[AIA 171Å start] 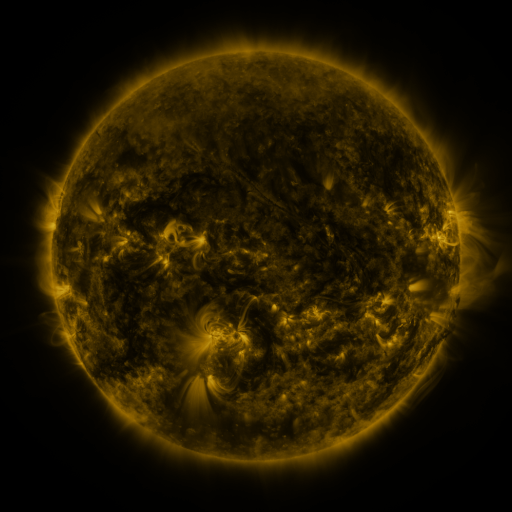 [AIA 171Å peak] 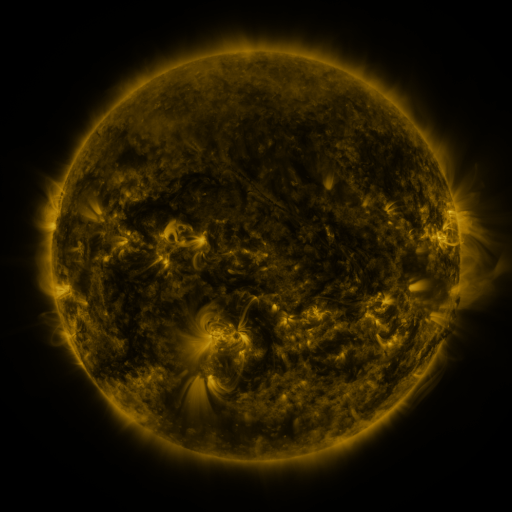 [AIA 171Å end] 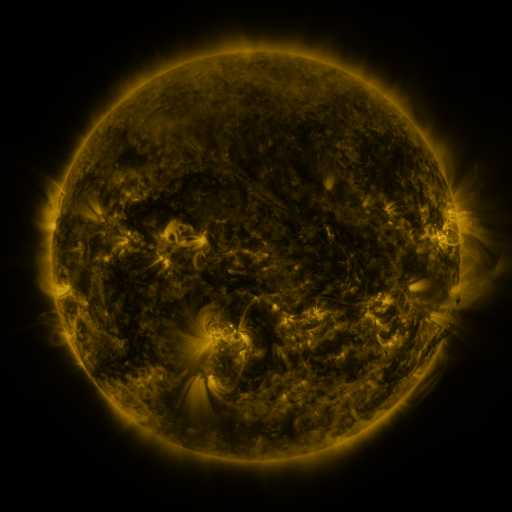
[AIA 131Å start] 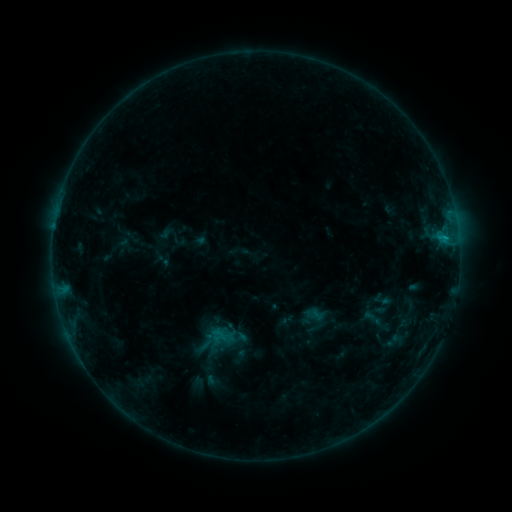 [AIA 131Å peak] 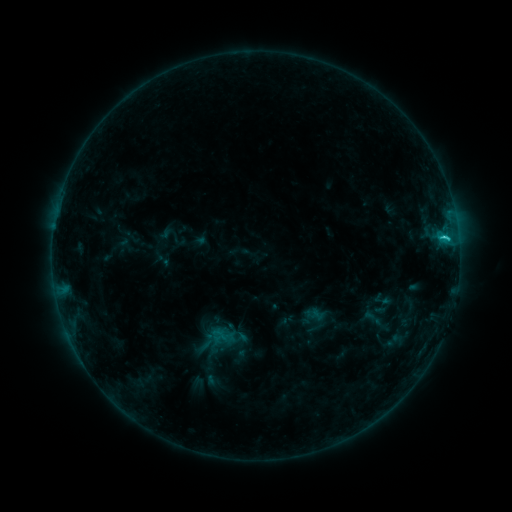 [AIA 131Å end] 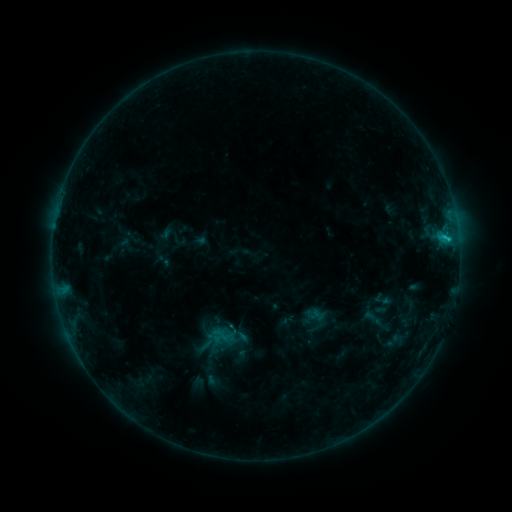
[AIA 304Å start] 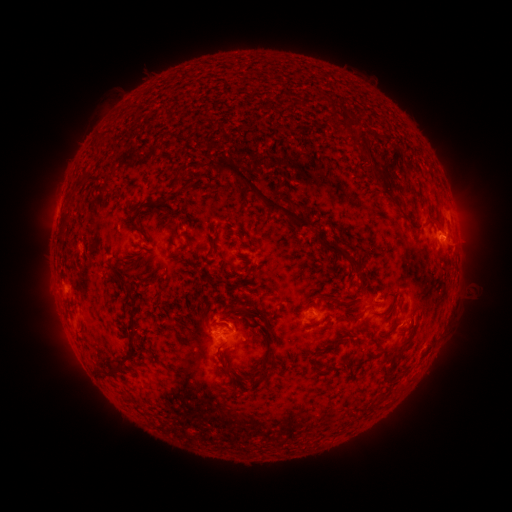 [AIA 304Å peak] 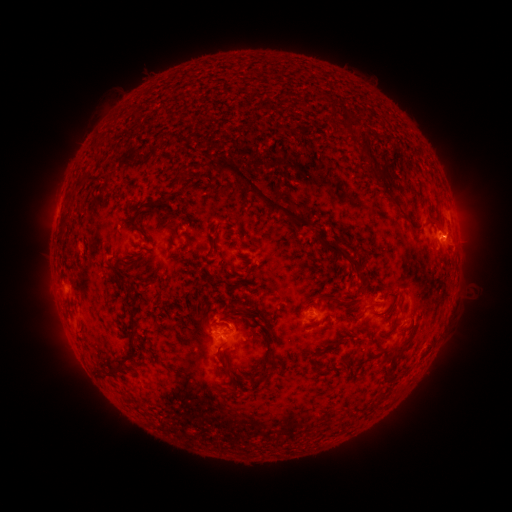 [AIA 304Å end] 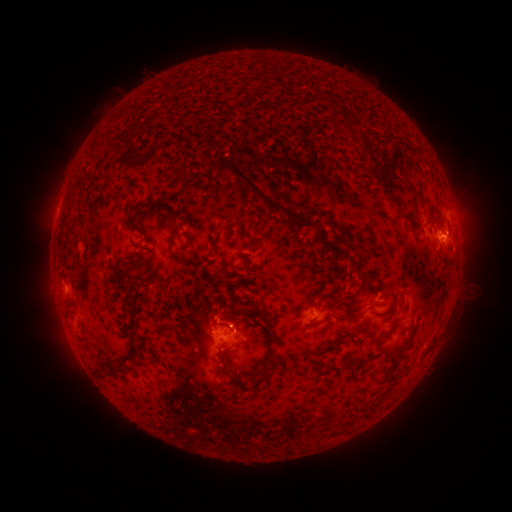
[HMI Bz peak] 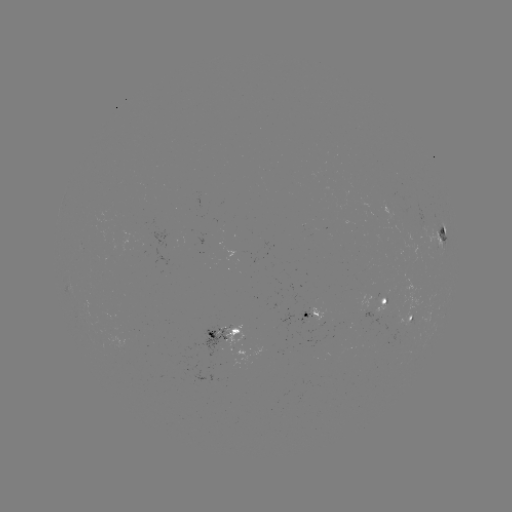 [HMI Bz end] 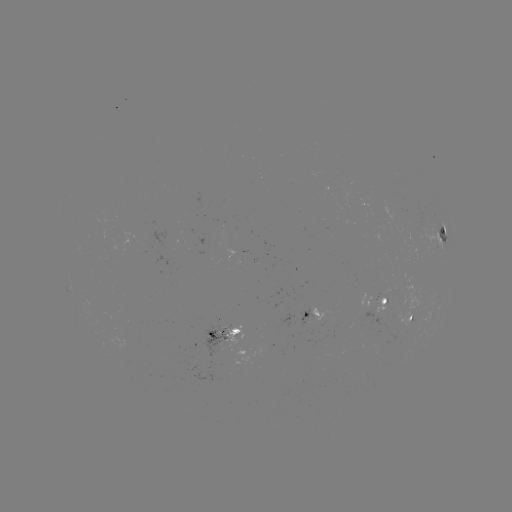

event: flare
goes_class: C1.4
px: (444, 240)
